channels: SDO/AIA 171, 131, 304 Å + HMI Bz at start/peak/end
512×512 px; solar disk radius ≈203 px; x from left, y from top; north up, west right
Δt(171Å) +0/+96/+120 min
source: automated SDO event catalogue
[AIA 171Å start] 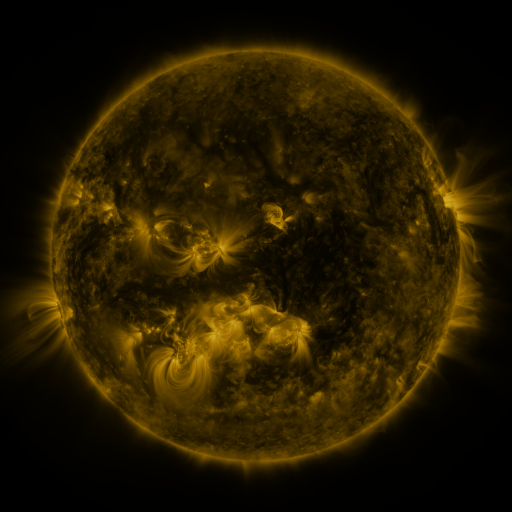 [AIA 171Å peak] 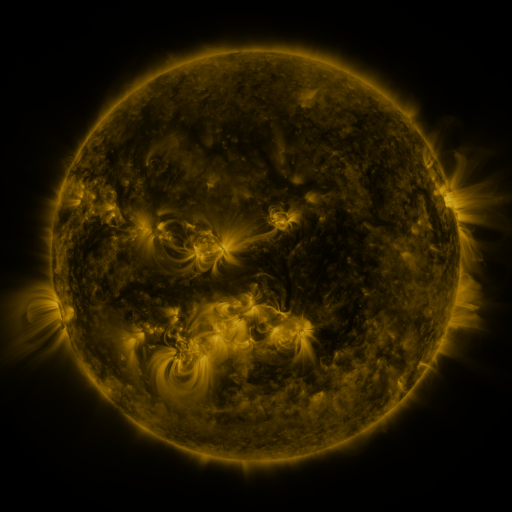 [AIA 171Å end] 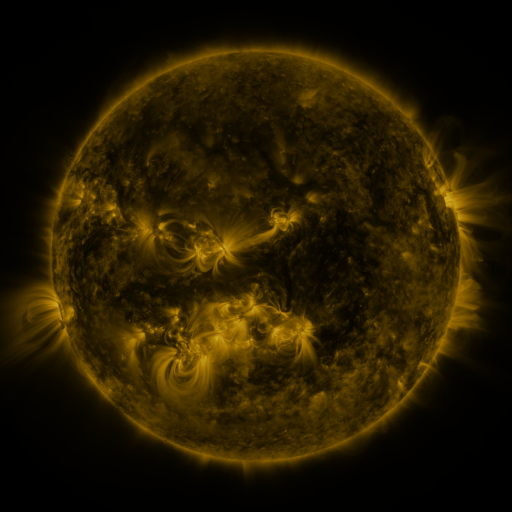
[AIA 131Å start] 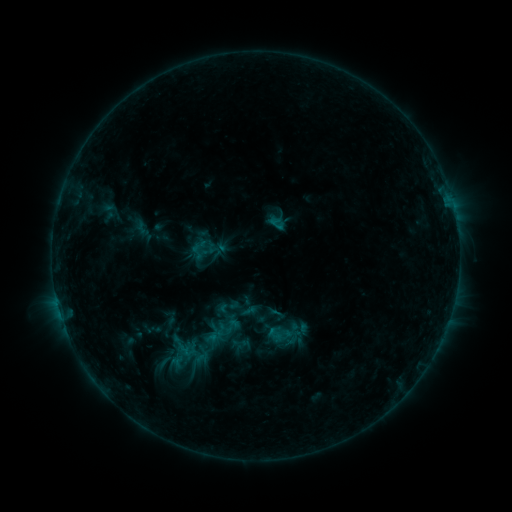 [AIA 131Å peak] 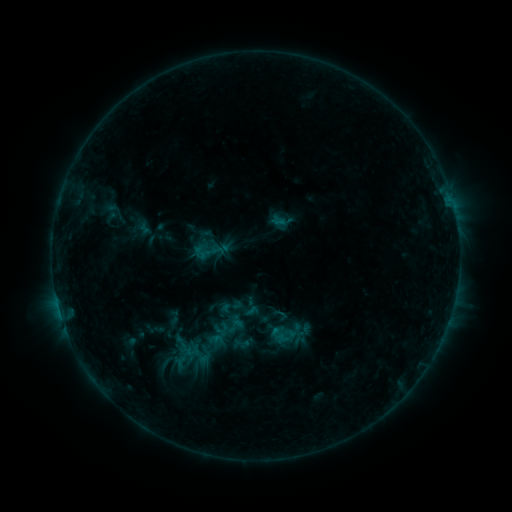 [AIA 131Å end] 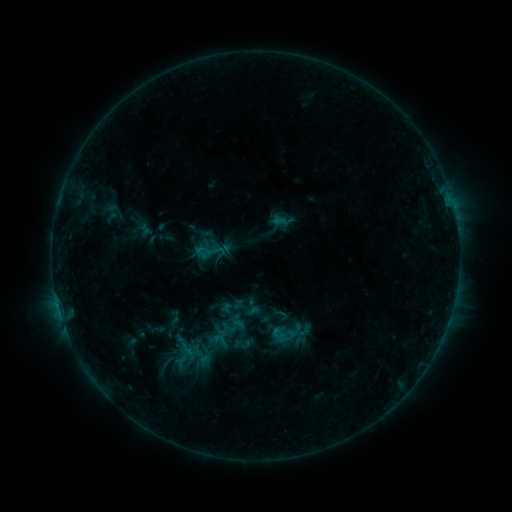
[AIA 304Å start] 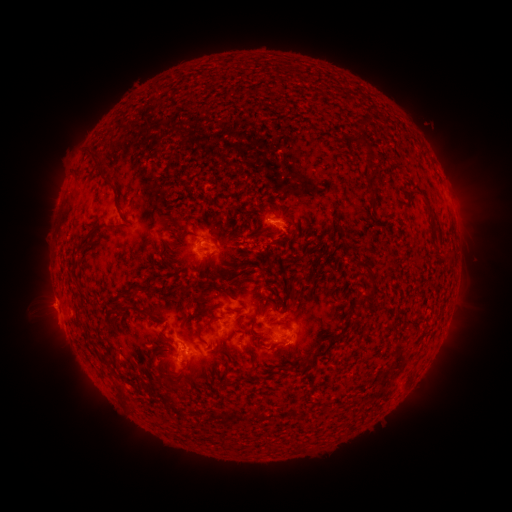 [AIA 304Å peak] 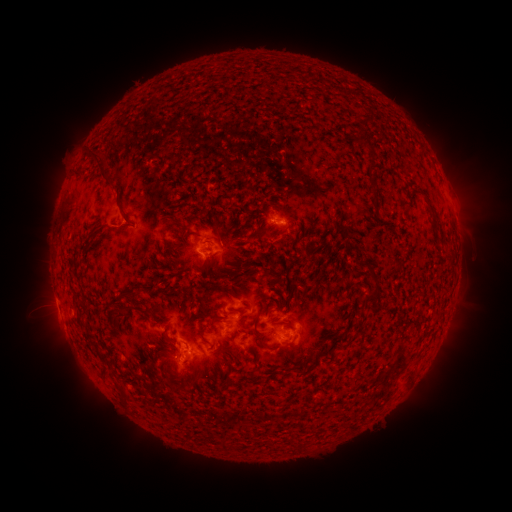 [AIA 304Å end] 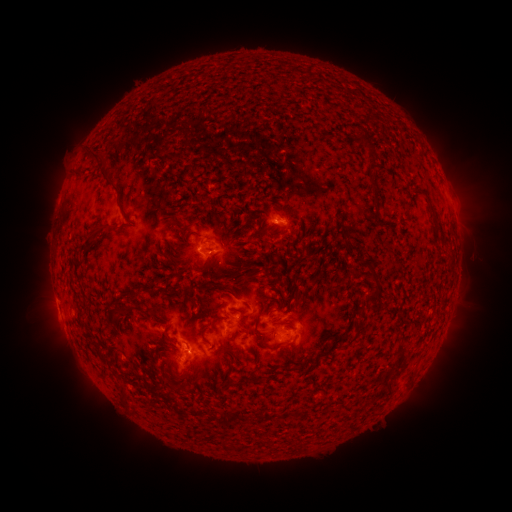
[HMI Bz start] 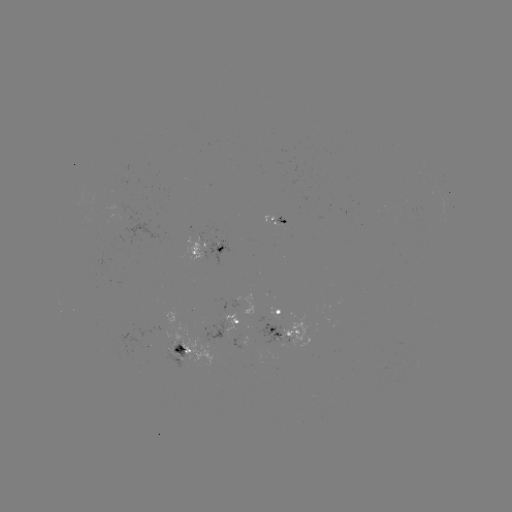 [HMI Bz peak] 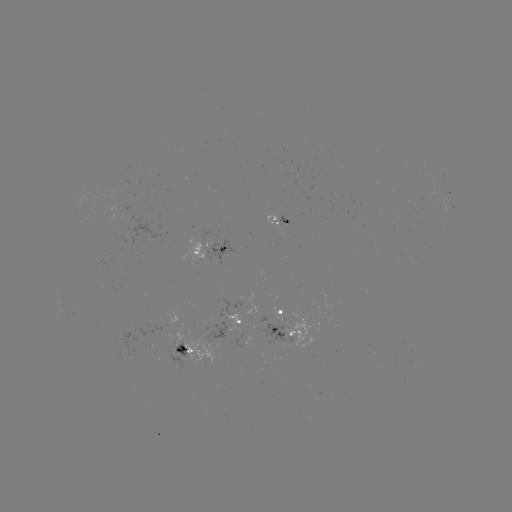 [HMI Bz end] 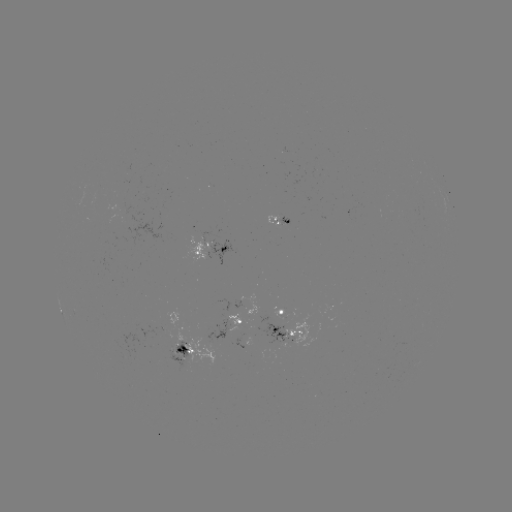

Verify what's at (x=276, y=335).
emerging-flux region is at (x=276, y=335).